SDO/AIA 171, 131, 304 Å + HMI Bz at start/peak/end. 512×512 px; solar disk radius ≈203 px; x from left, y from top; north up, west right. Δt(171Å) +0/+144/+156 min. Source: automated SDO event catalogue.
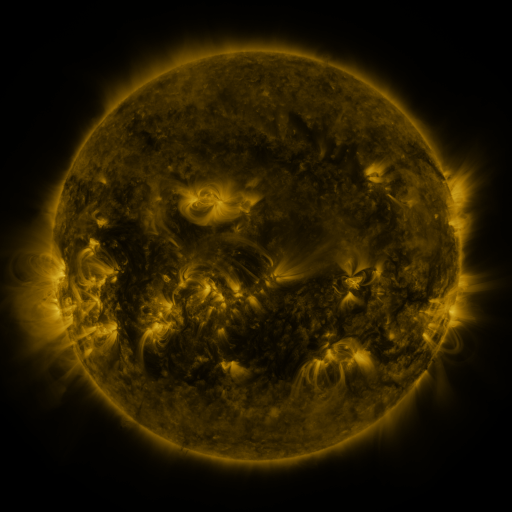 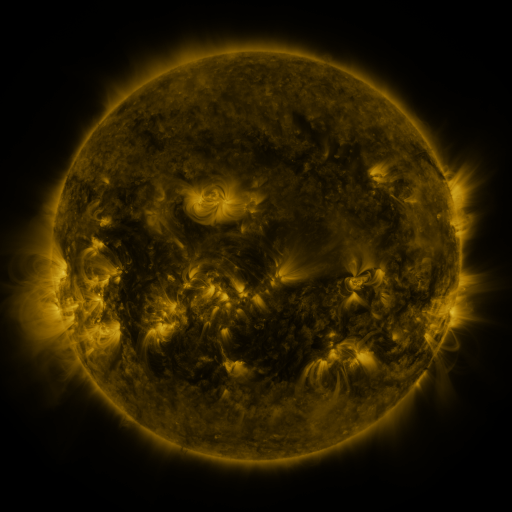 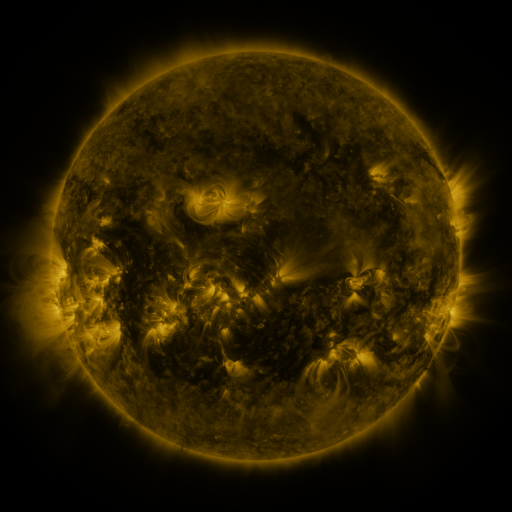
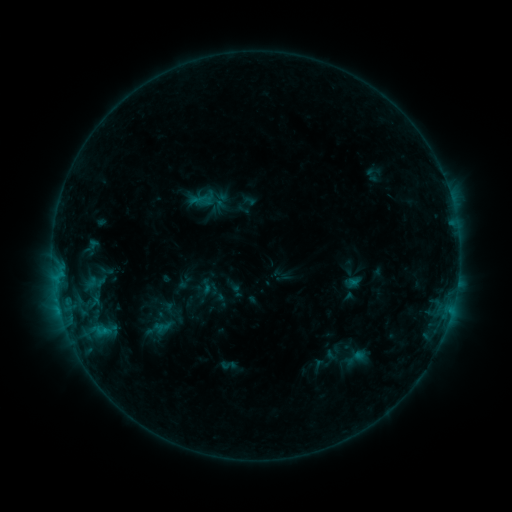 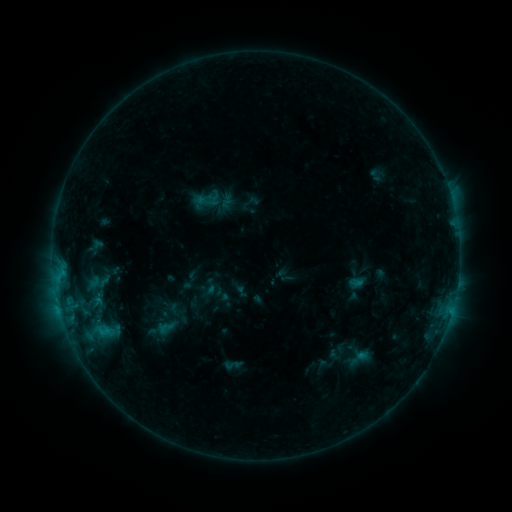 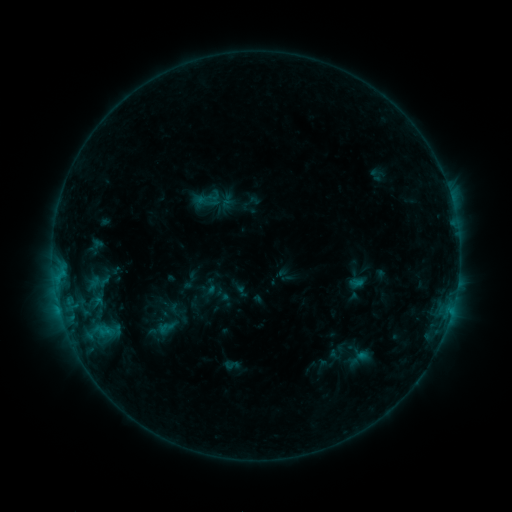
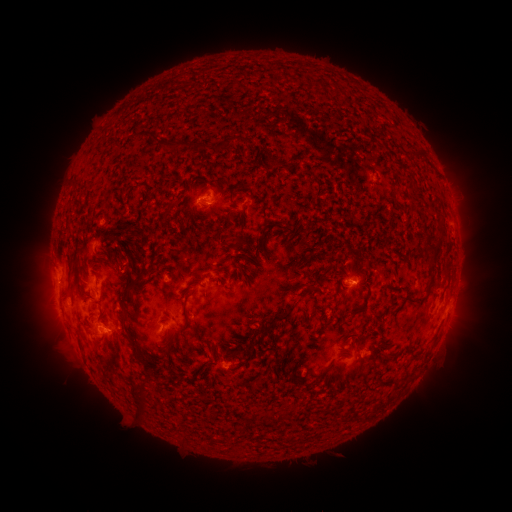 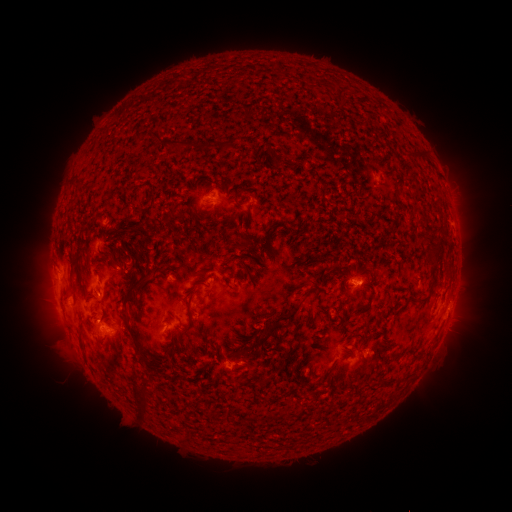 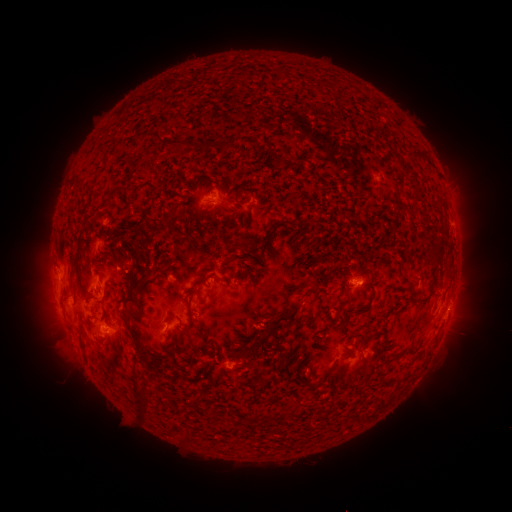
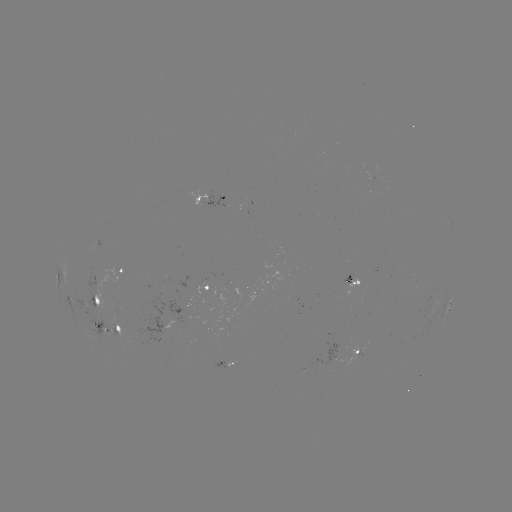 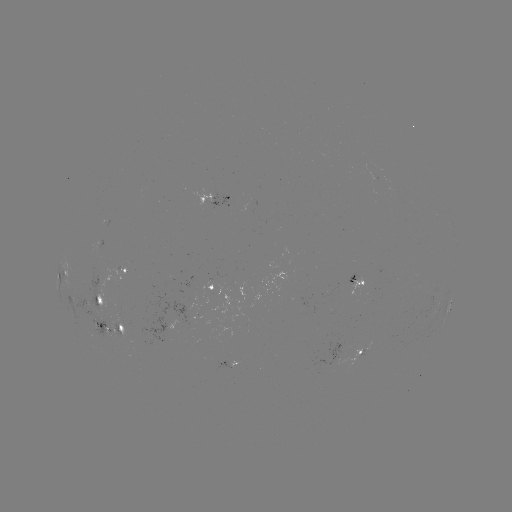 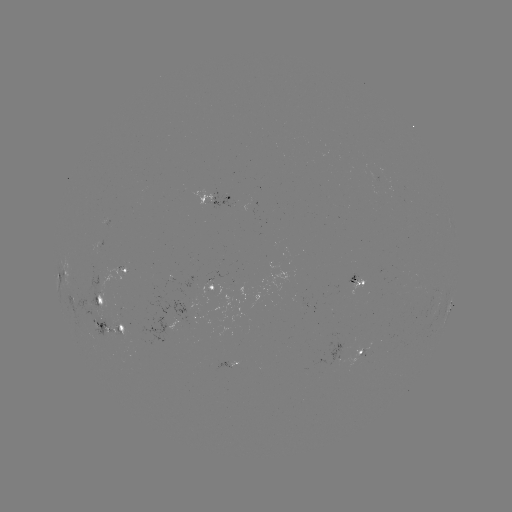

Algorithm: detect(emerging-flux region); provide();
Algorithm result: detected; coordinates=(338, 352)